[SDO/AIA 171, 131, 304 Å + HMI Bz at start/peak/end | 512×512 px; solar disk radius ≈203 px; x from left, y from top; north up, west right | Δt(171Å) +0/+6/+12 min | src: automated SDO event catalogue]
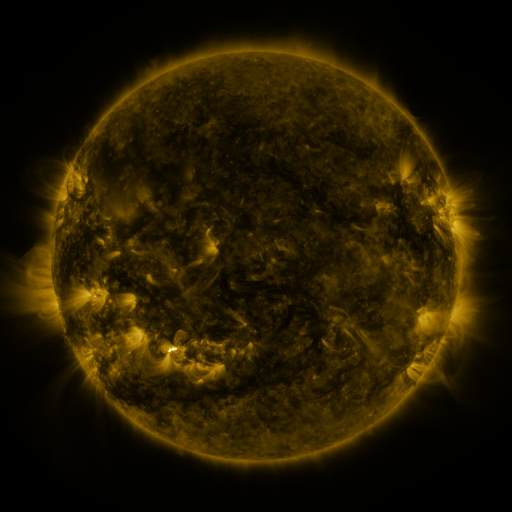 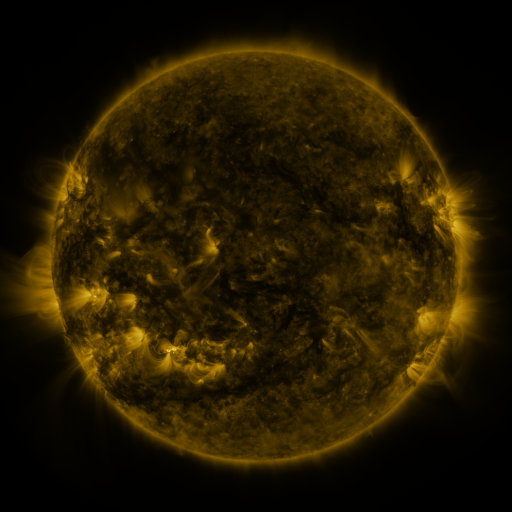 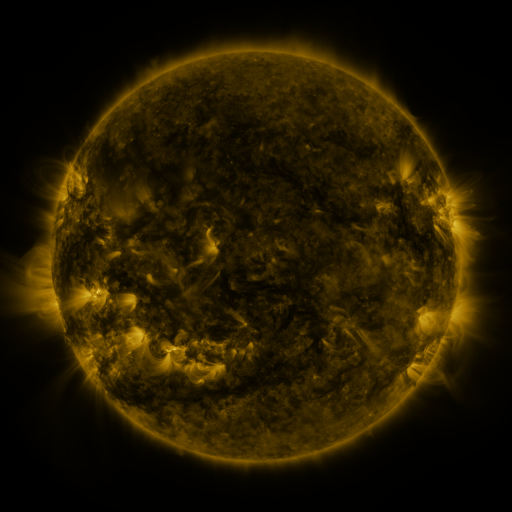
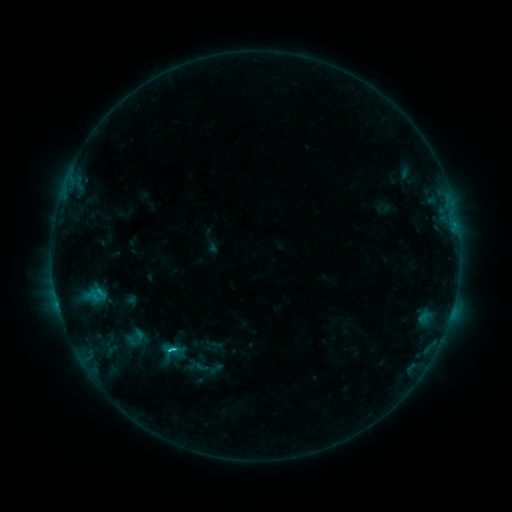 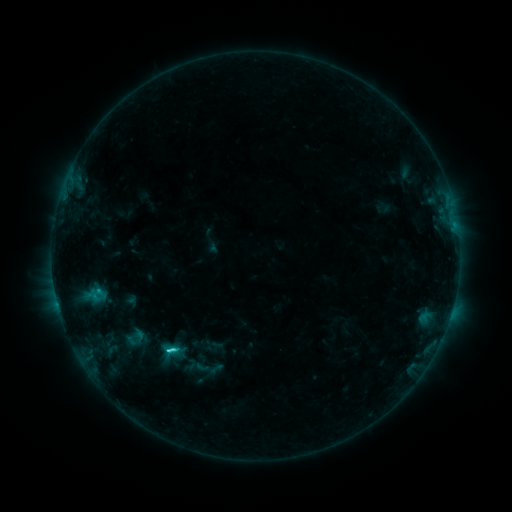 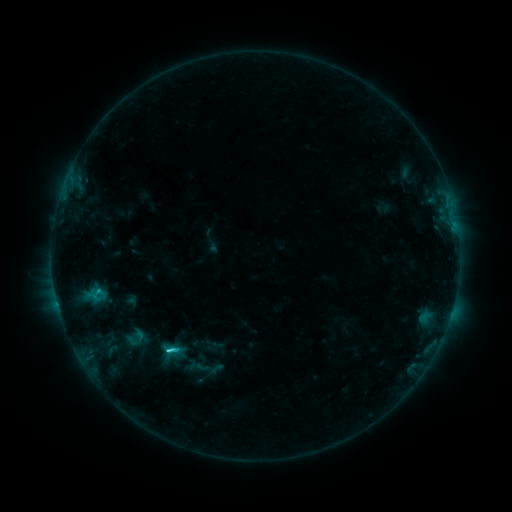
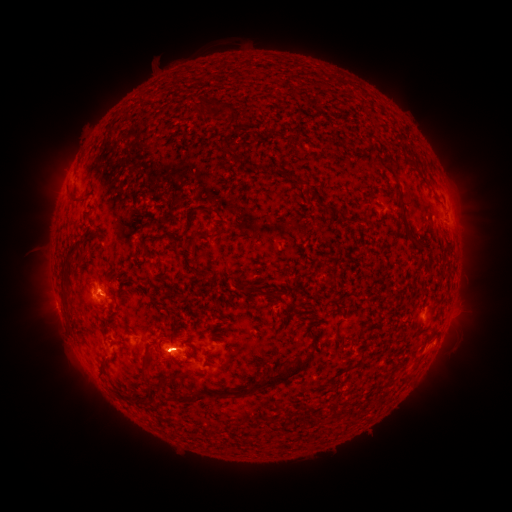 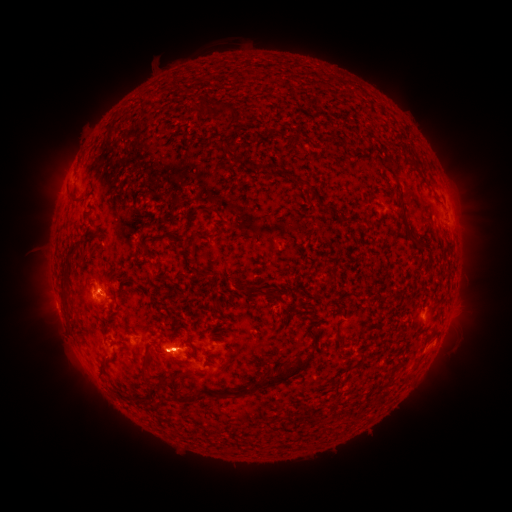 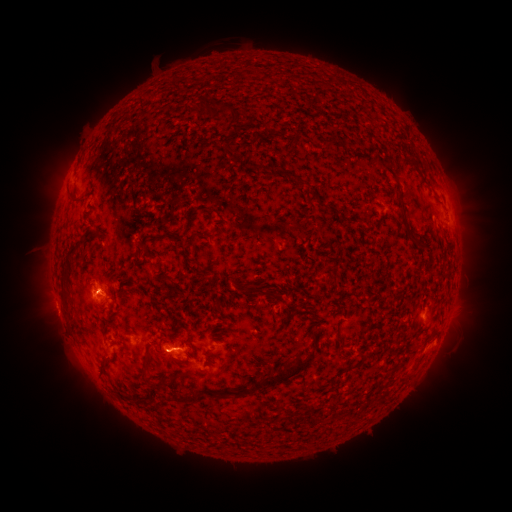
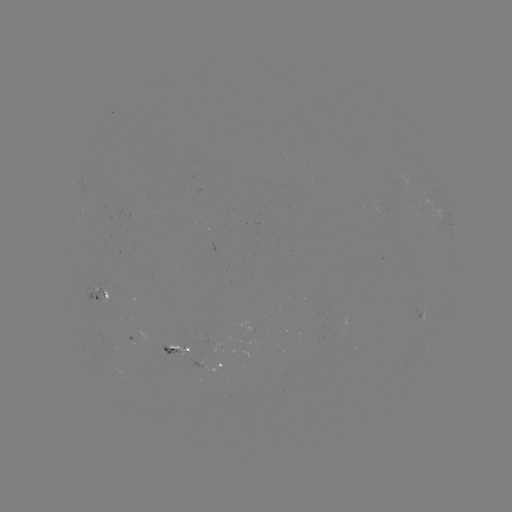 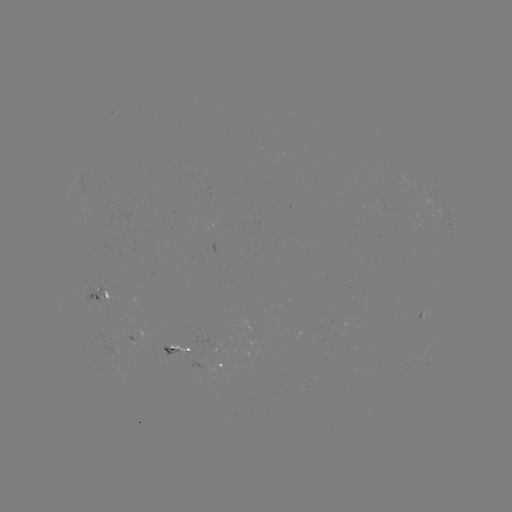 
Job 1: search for eruption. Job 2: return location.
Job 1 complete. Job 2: [181, 349].